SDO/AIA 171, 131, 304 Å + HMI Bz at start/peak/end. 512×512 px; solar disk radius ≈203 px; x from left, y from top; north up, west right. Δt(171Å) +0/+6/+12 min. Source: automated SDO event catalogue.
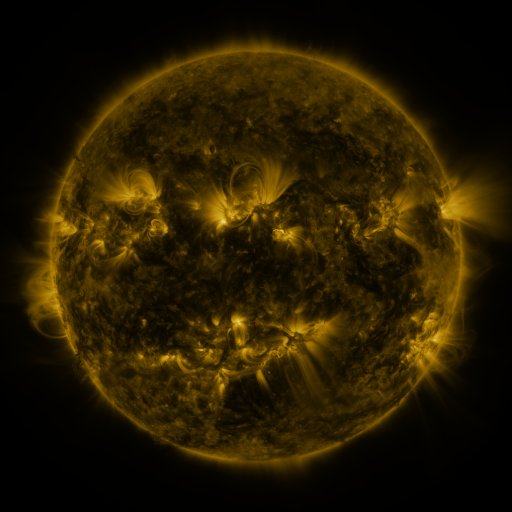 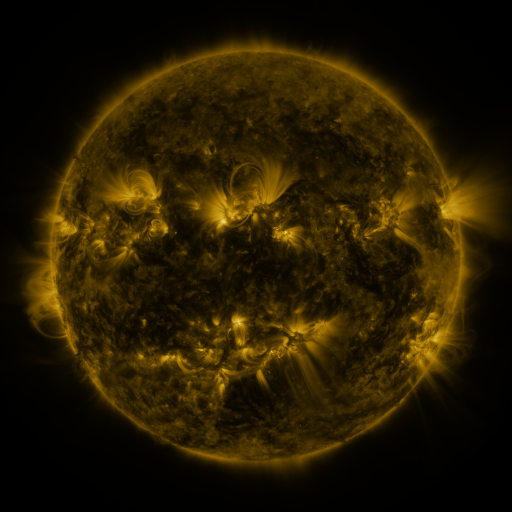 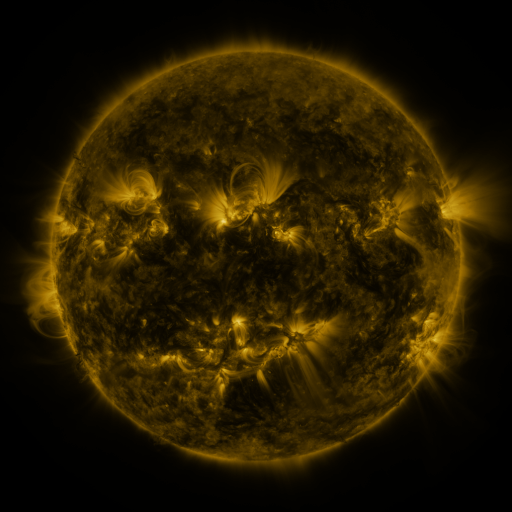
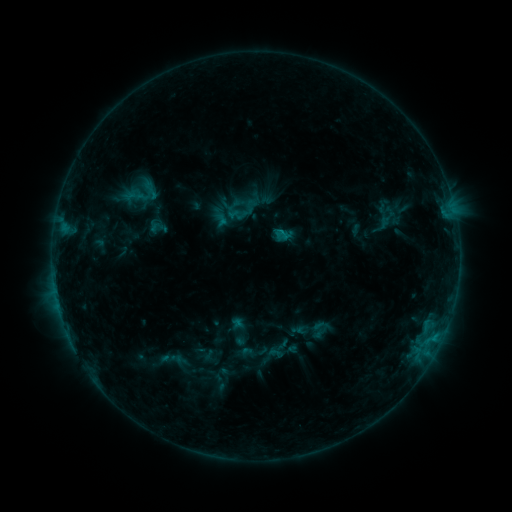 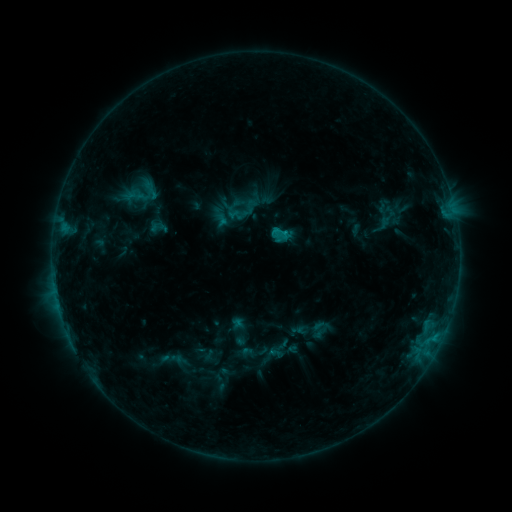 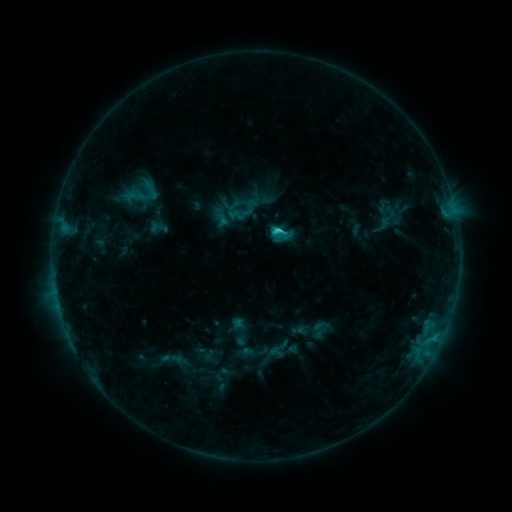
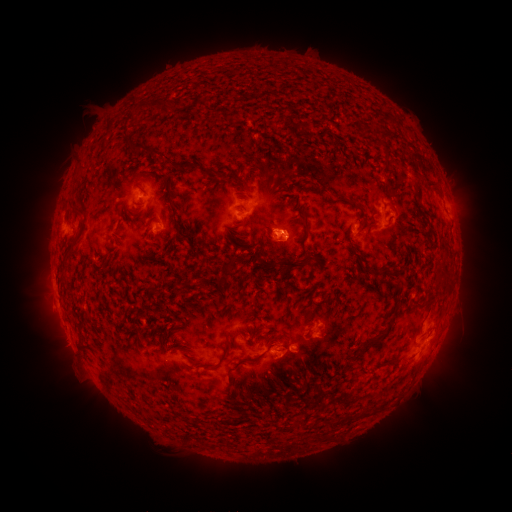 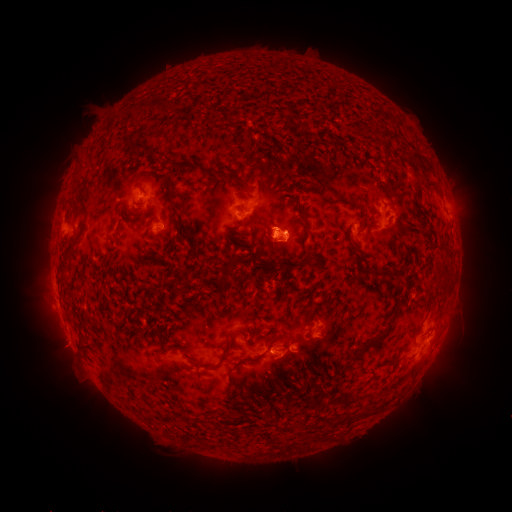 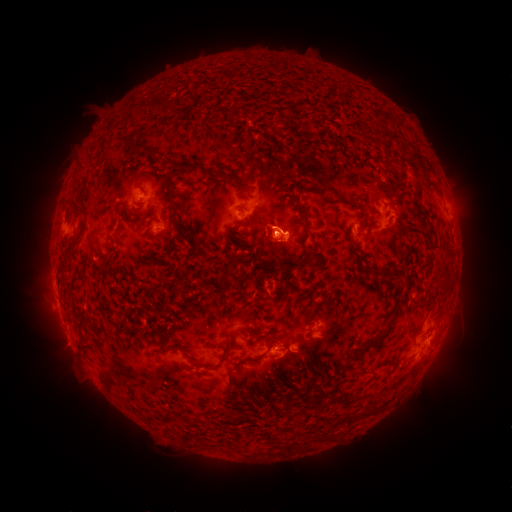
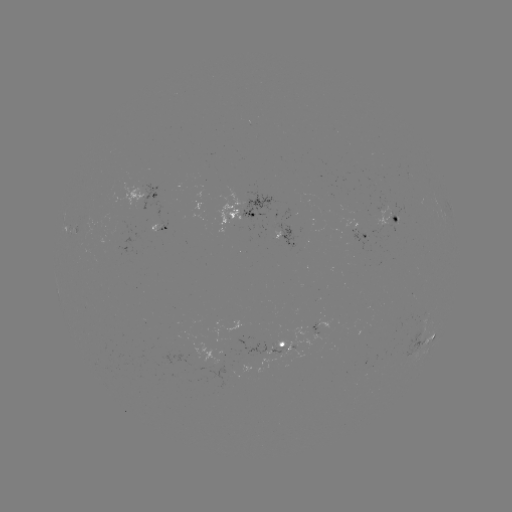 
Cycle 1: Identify eruption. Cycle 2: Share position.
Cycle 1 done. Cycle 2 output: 287,223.